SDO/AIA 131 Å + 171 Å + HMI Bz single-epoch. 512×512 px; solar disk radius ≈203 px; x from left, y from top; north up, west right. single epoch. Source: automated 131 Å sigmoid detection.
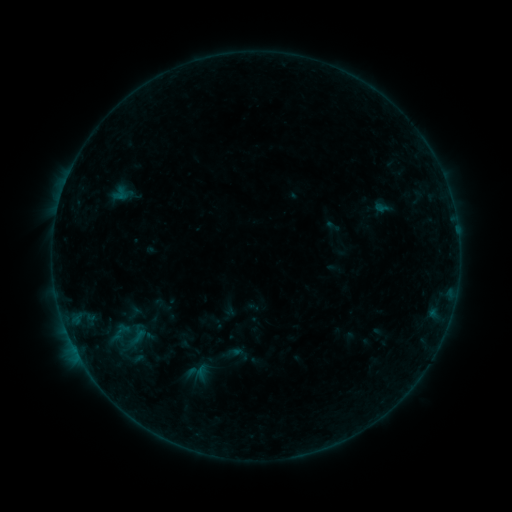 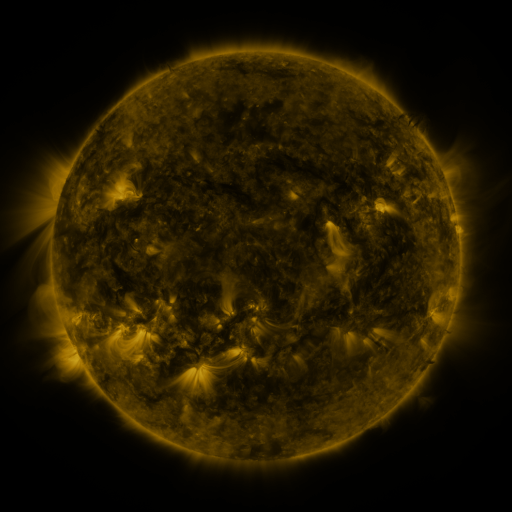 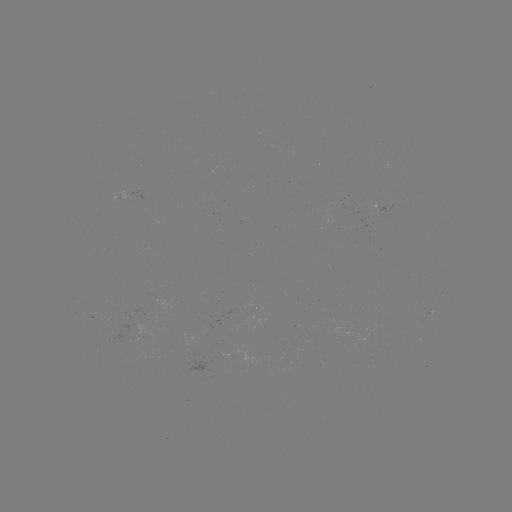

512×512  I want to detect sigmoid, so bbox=[219, 340, 249, 368].